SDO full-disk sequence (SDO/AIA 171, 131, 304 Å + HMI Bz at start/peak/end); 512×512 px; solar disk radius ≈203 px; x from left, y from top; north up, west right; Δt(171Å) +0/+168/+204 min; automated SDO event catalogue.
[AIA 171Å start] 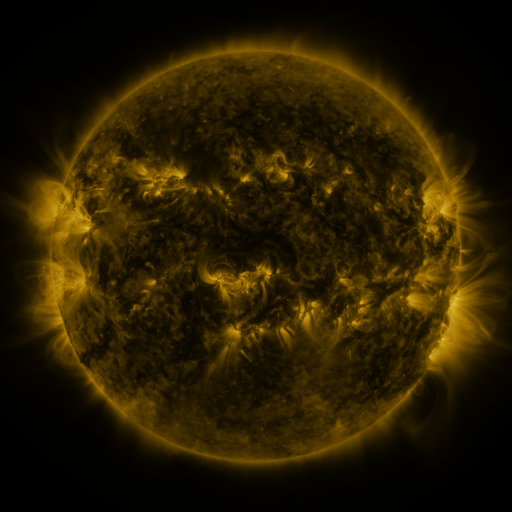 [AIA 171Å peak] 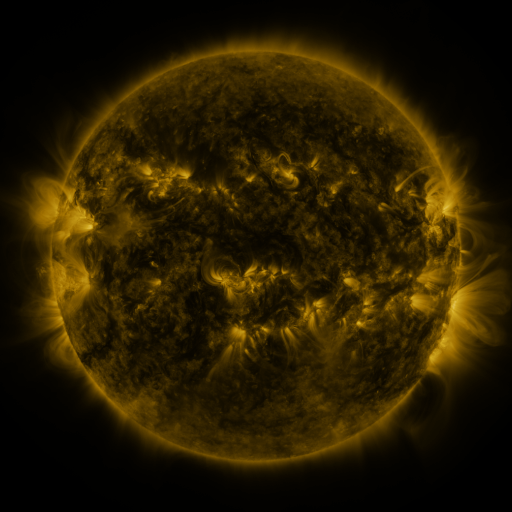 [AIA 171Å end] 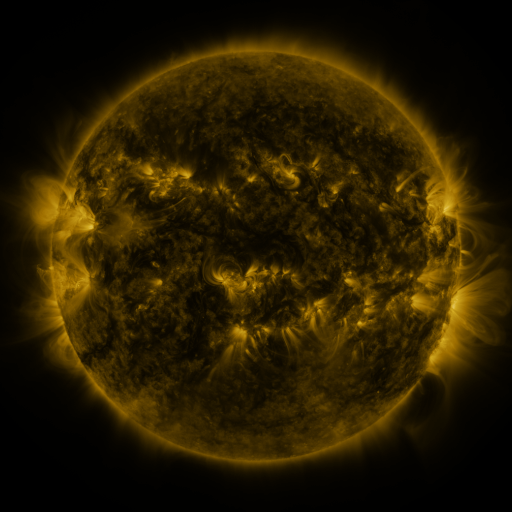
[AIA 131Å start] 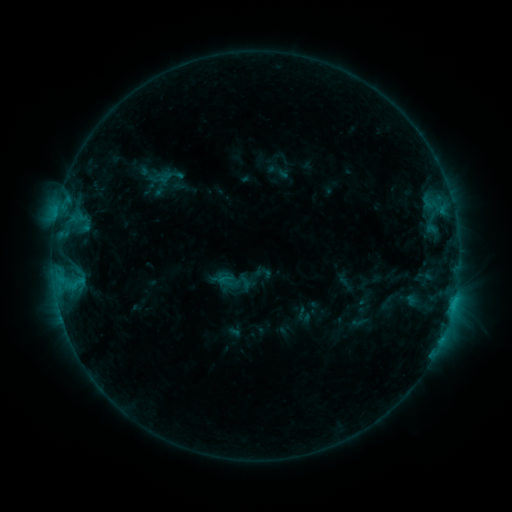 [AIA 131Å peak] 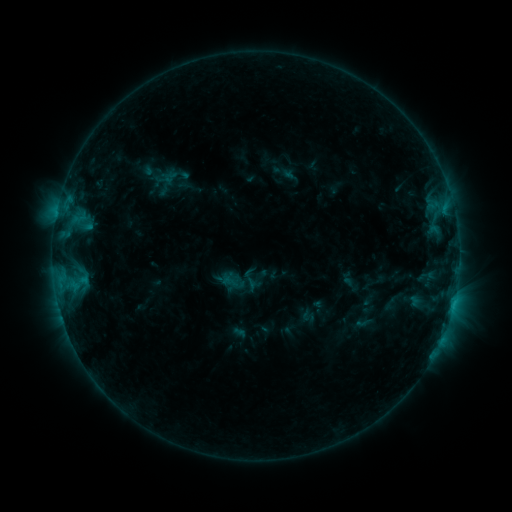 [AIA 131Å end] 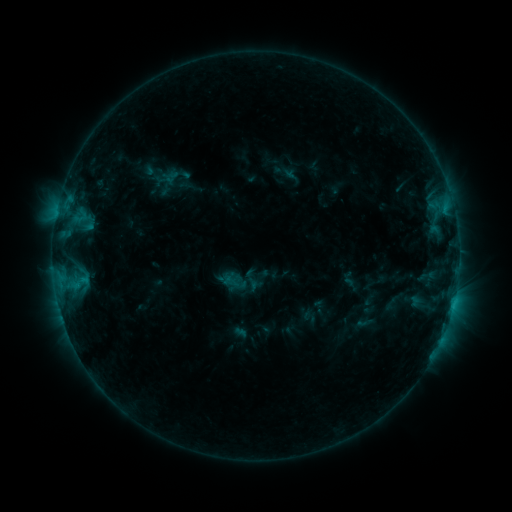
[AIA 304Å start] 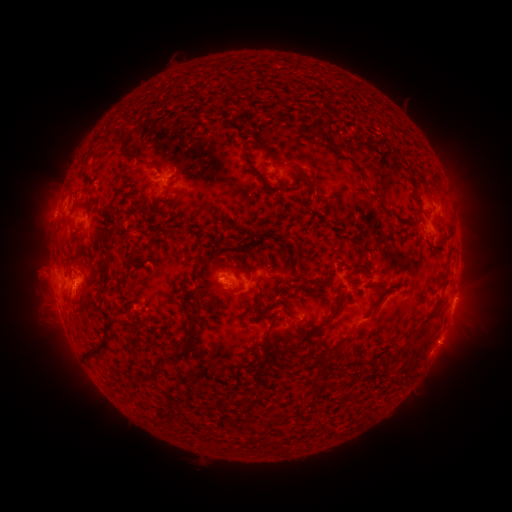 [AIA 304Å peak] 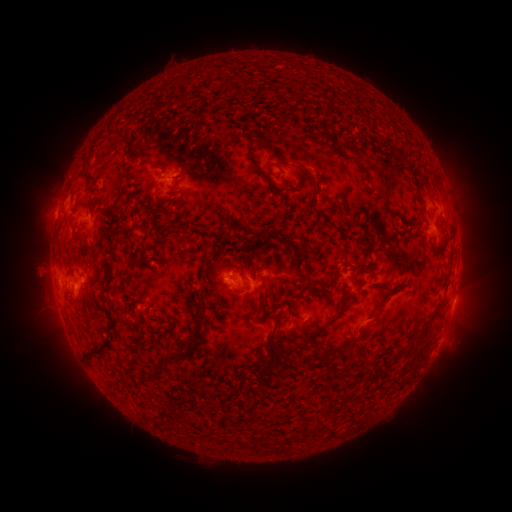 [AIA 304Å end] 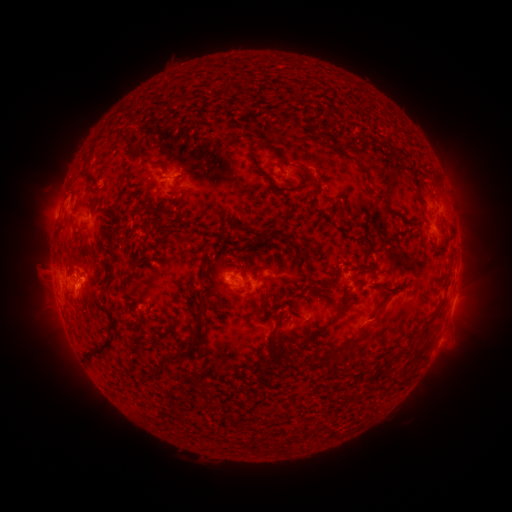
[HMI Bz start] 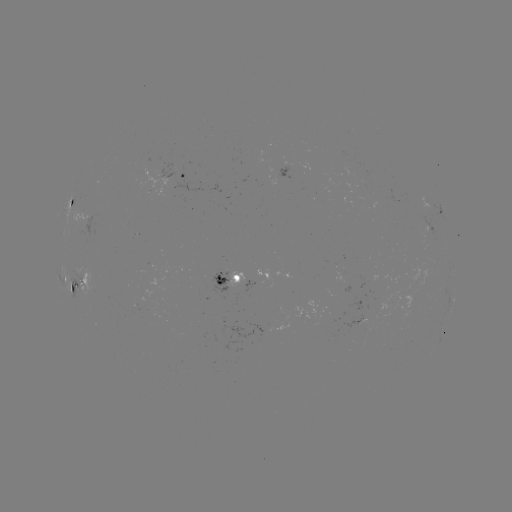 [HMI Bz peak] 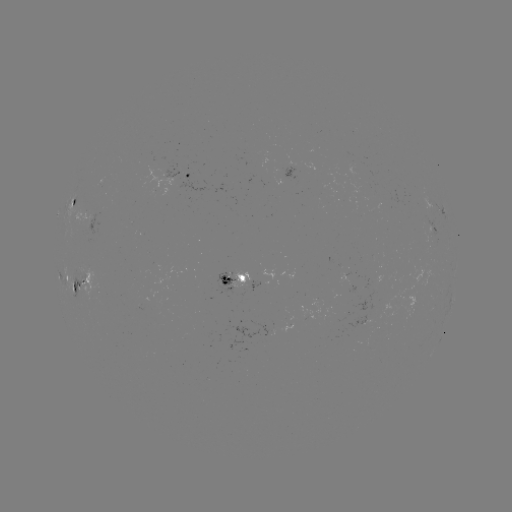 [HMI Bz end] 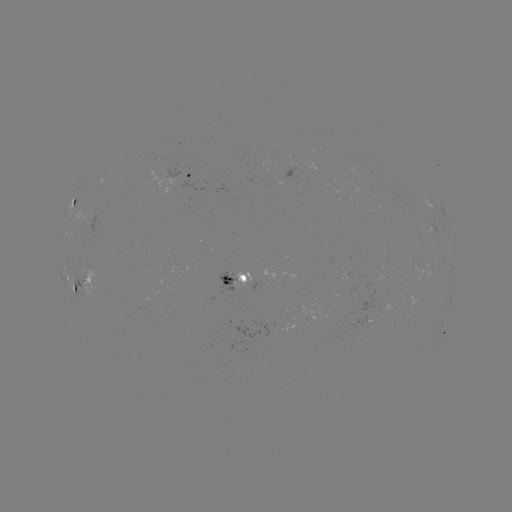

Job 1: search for emerging-flux region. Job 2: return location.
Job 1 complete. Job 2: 294,167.